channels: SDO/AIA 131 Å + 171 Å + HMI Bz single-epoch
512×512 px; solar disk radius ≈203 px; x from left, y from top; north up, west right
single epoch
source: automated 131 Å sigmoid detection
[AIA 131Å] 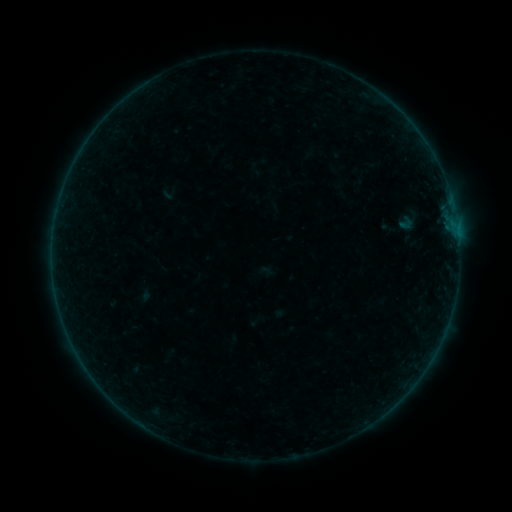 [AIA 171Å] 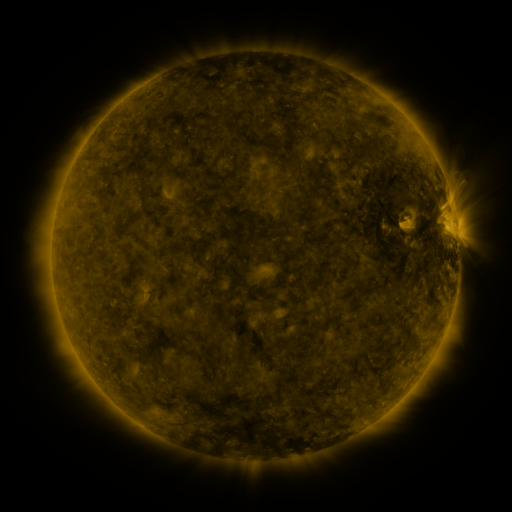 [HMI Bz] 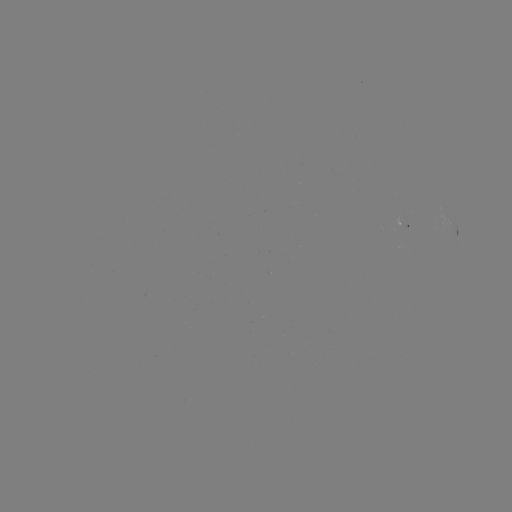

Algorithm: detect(sigmoid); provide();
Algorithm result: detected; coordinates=(405, 222)